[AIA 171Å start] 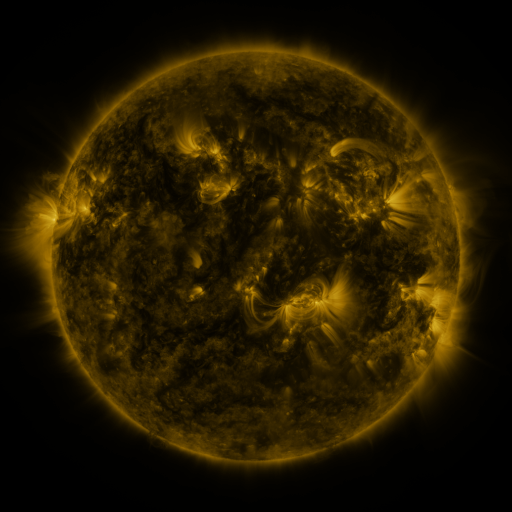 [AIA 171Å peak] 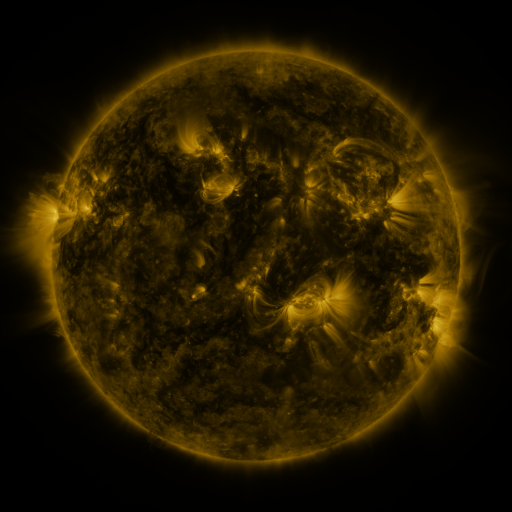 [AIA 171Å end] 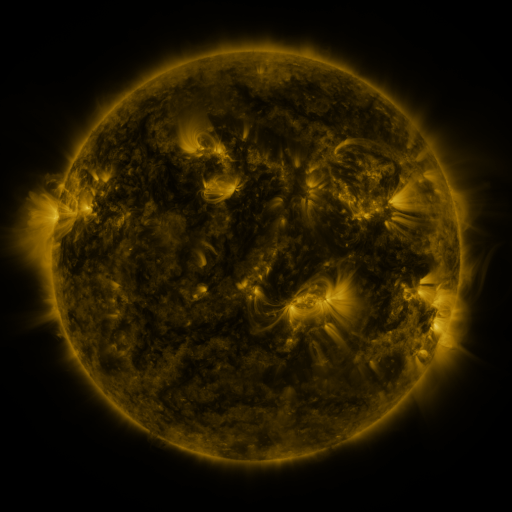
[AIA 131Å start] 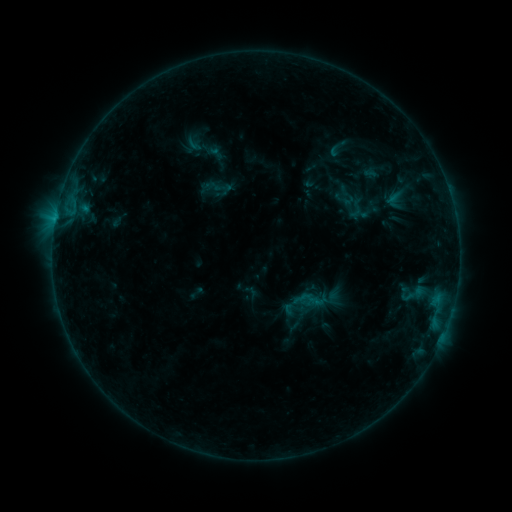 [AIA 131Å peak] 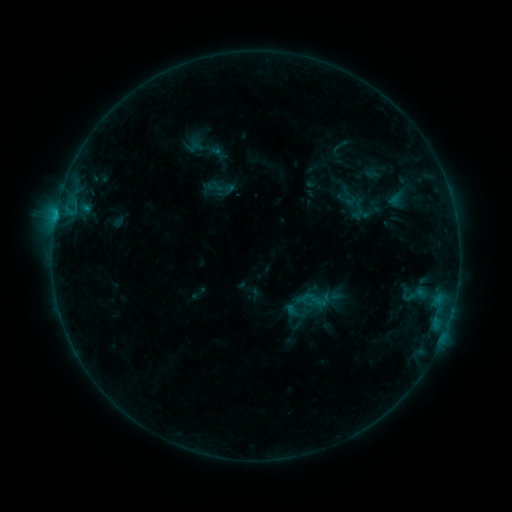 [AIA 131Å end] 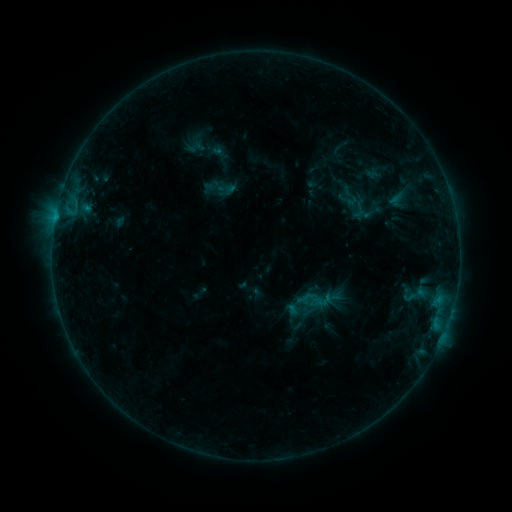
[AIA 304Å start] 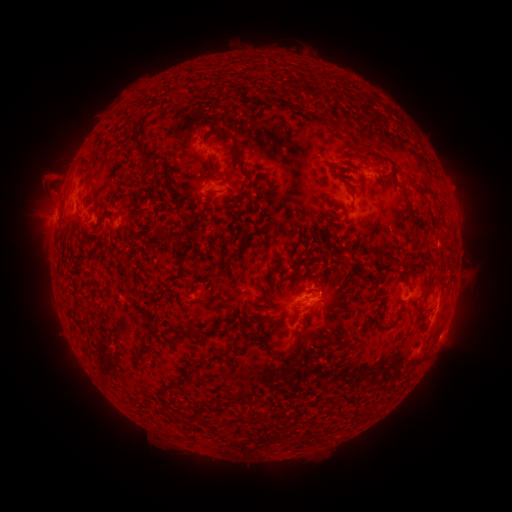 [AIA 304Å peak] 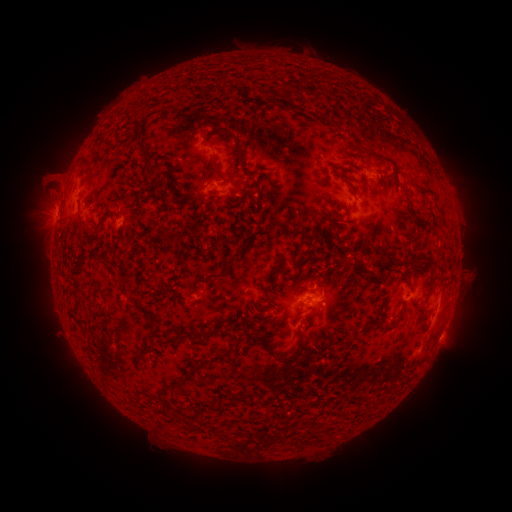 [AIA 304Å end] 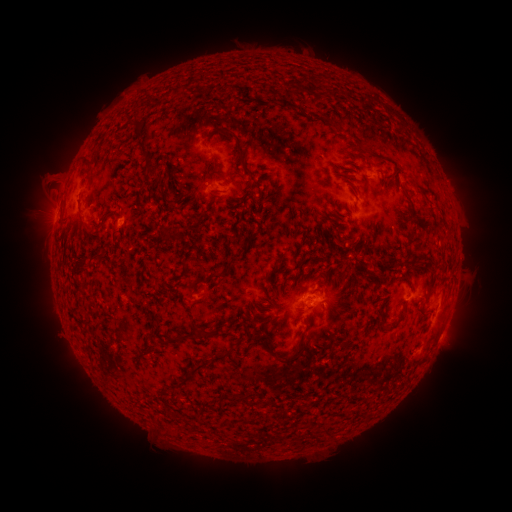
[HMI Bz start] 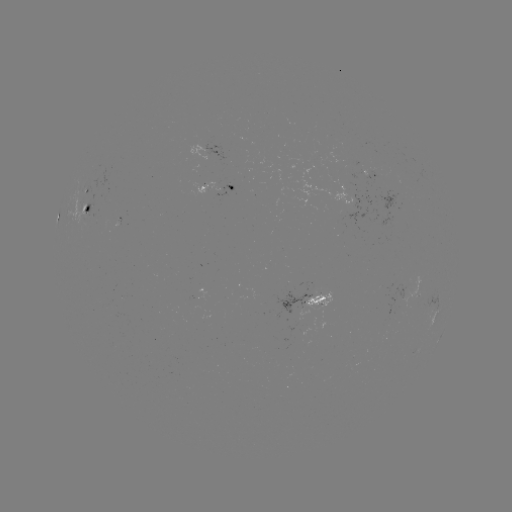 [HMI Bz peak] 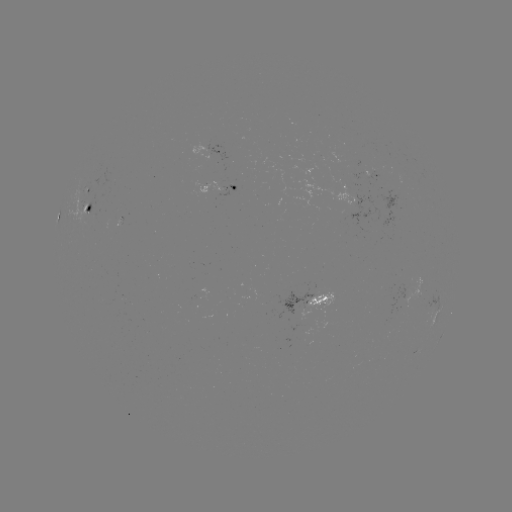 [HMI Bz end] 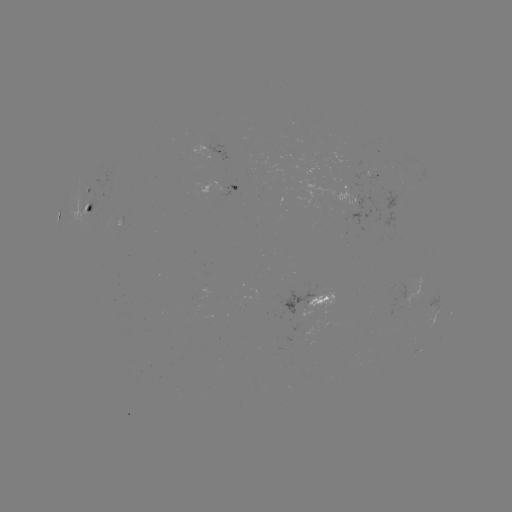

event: emerging-flux region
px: (321, 302)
